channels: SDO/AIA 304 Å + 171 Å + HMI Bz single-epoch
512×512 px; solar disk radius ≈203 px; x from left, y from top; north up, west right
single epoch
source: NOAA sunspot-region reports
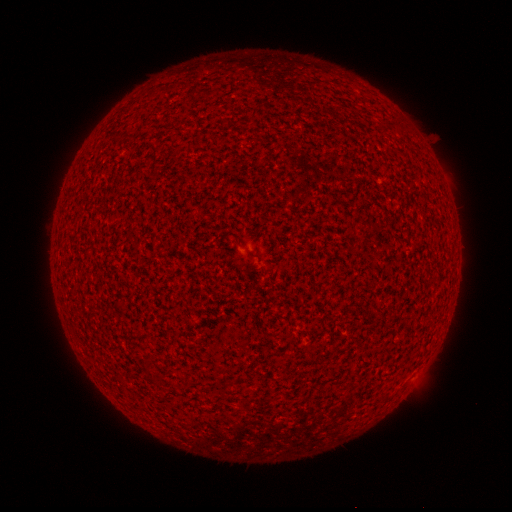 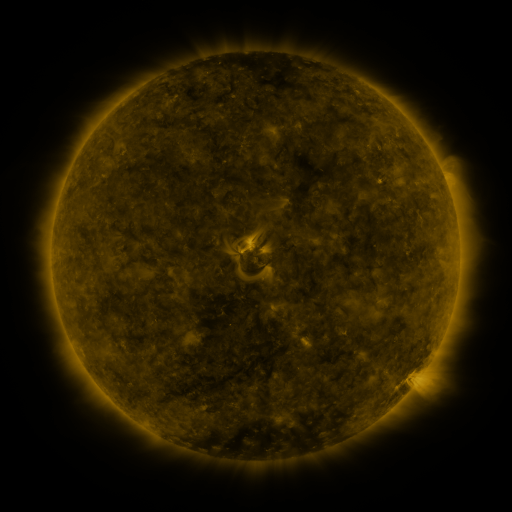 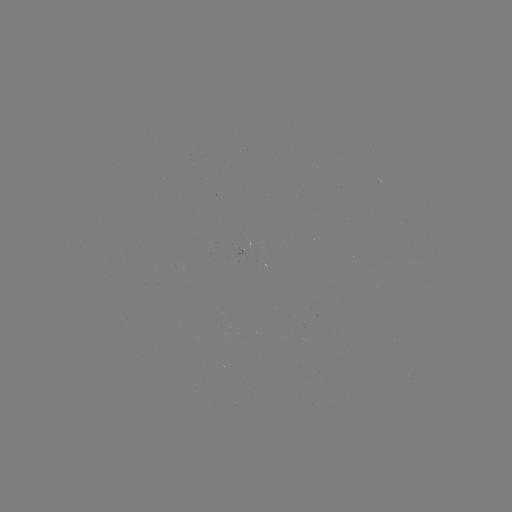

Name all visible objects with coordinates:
(none)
